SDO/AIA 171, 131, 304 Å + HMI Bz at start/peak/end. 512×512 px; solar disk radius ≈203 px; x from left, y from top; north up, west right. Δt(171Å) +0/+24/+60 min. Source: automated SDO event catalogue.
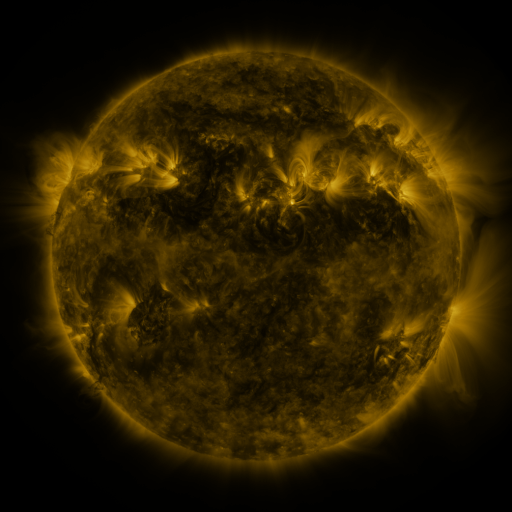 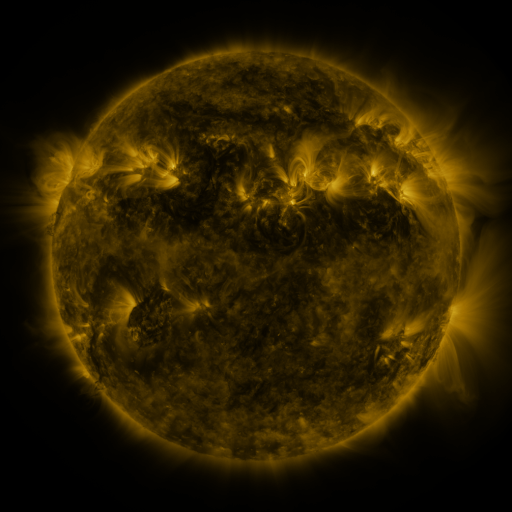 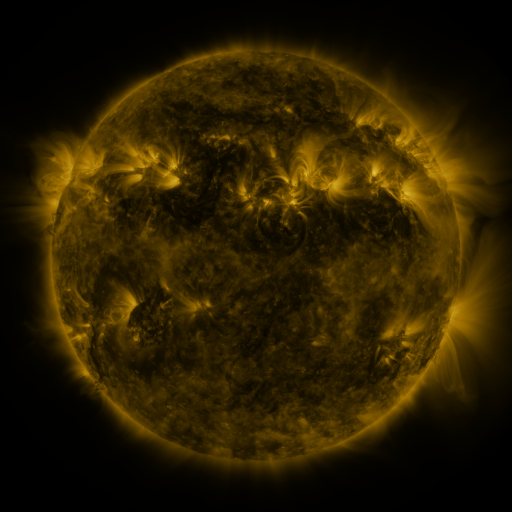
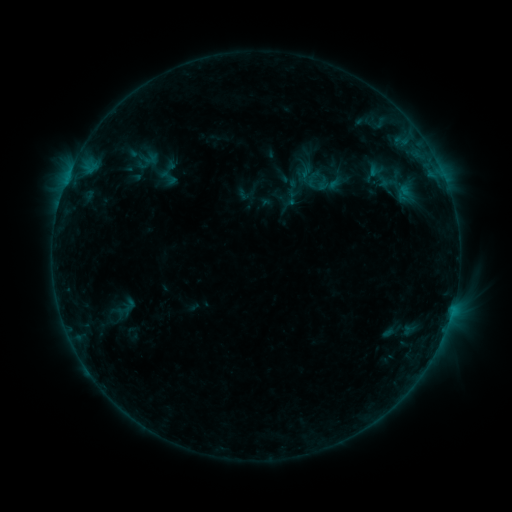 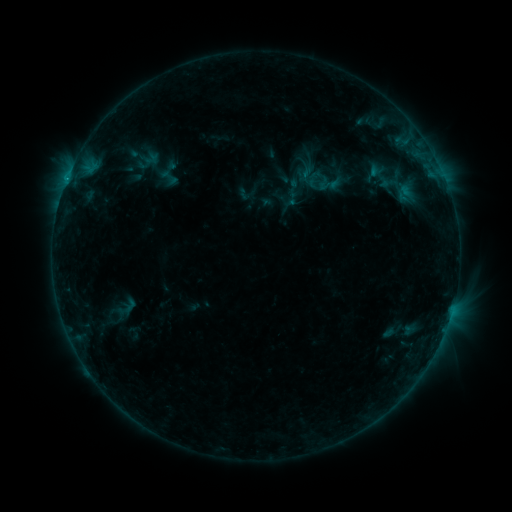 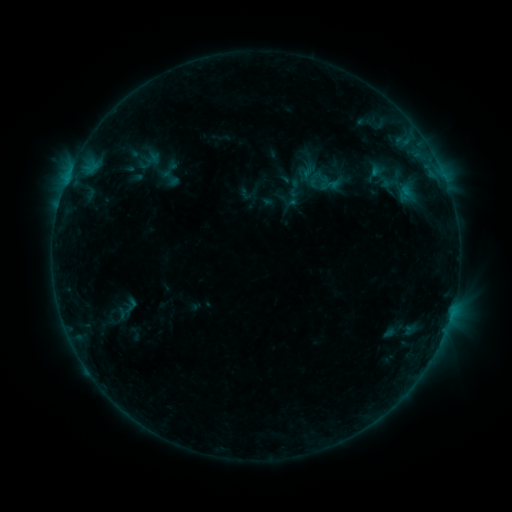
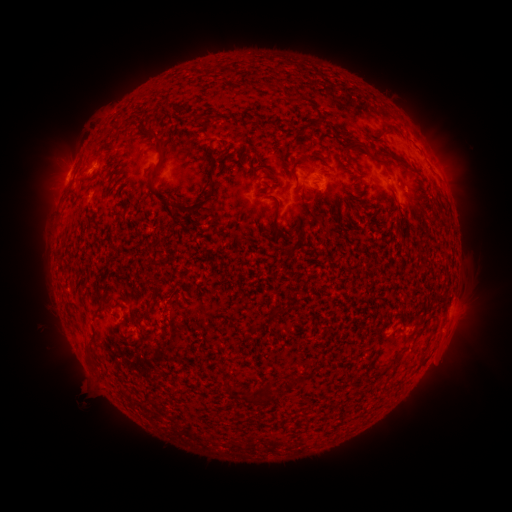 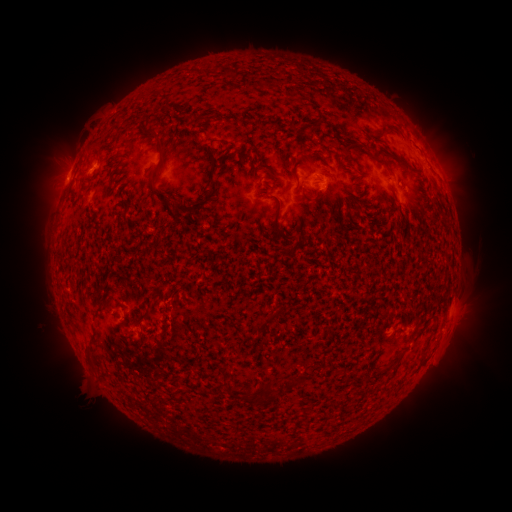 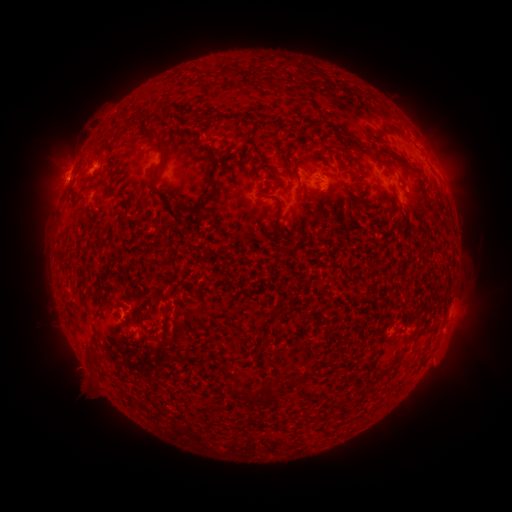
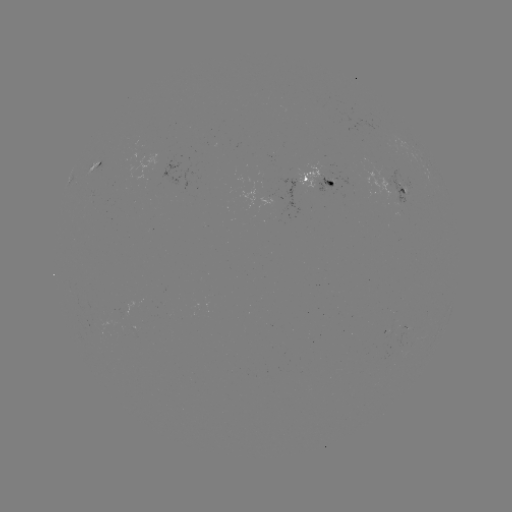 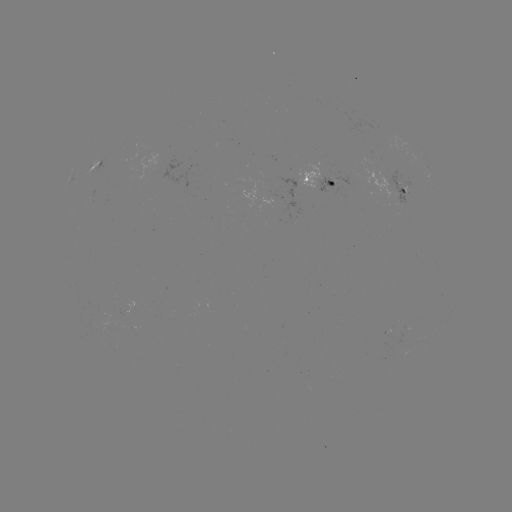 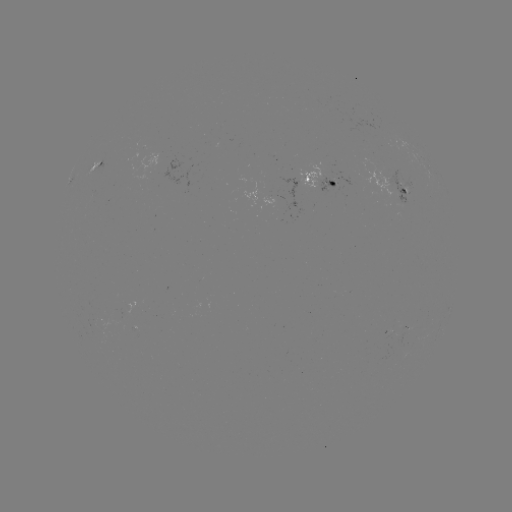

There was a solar emerging-flux region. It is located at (127, 309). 